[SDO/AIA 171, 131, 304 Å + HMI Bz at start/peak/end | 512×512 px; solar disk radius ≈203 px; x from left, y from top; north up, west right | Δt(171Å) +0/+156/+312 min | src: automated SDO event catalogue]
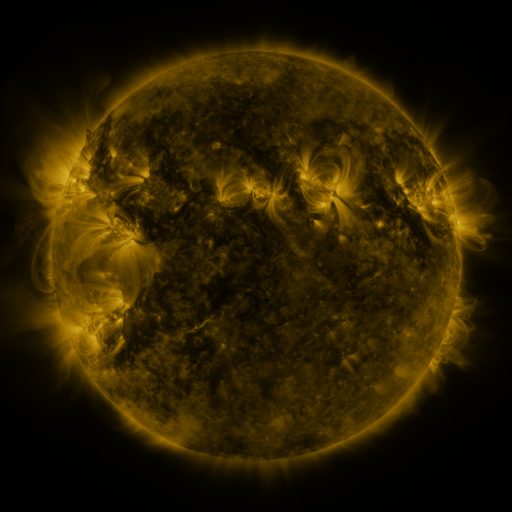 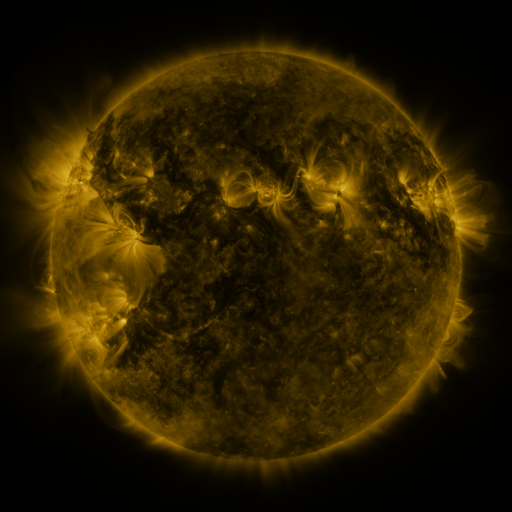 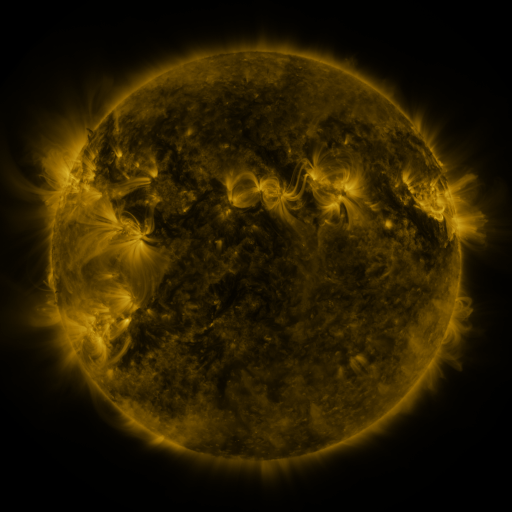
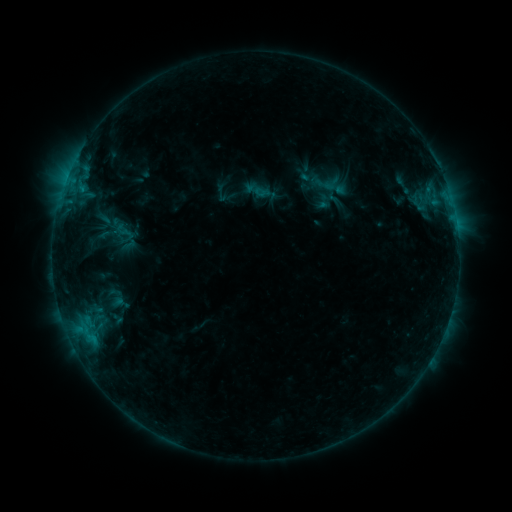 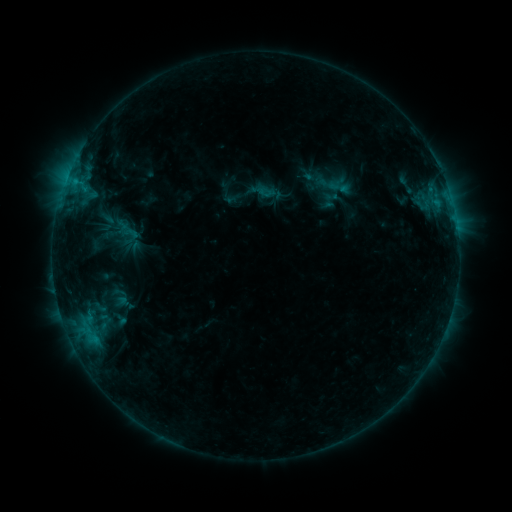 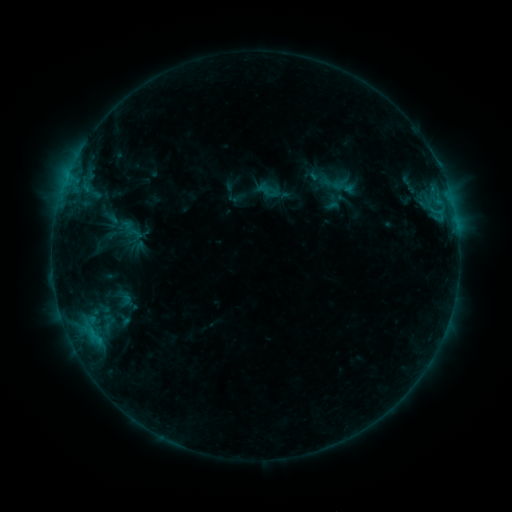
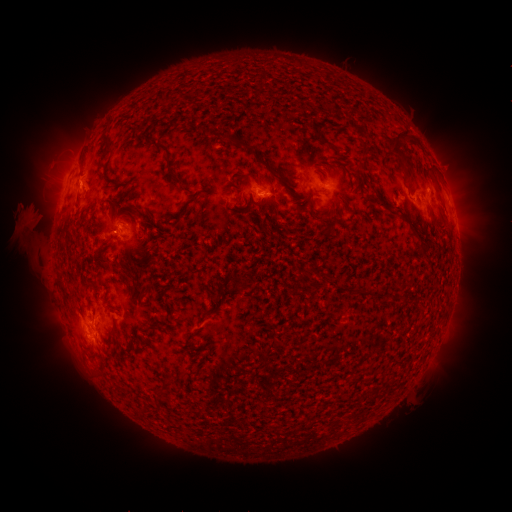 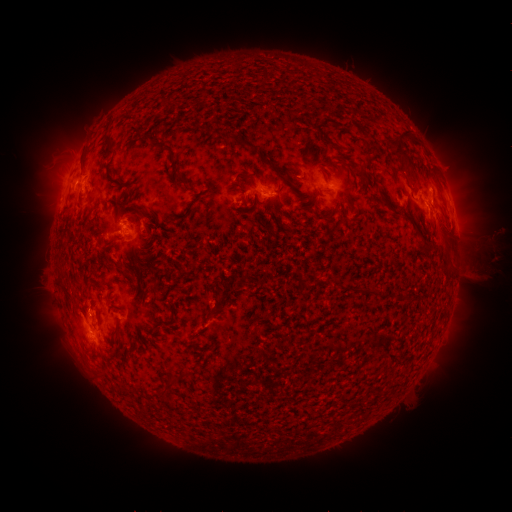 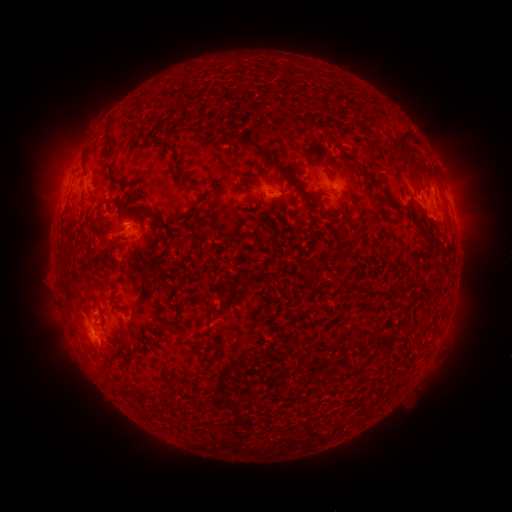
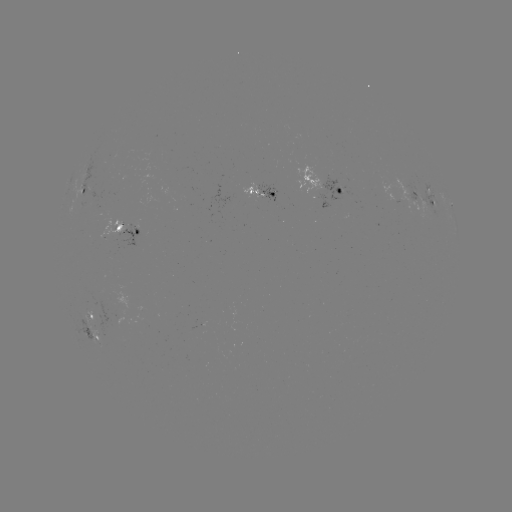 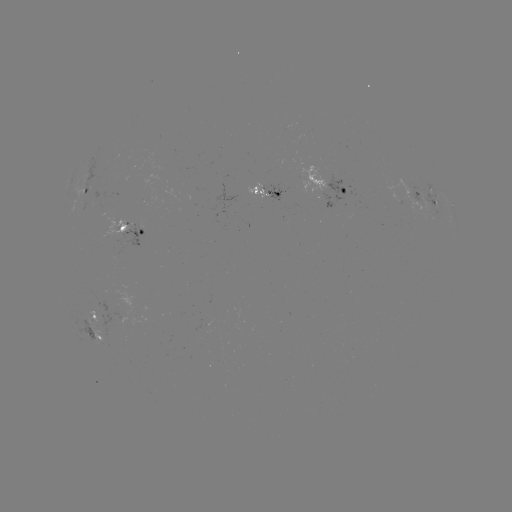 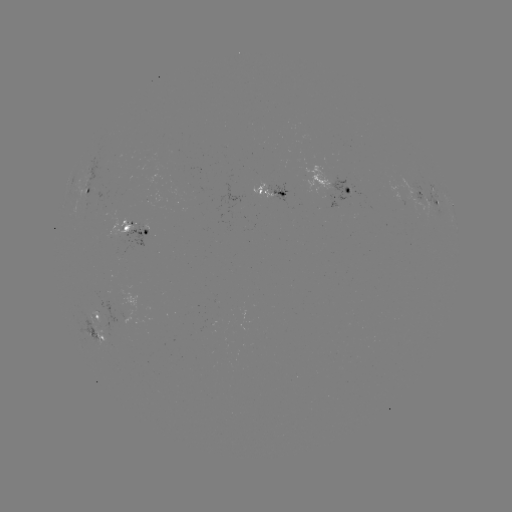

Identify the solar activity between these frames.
filament eruption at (460, 252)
